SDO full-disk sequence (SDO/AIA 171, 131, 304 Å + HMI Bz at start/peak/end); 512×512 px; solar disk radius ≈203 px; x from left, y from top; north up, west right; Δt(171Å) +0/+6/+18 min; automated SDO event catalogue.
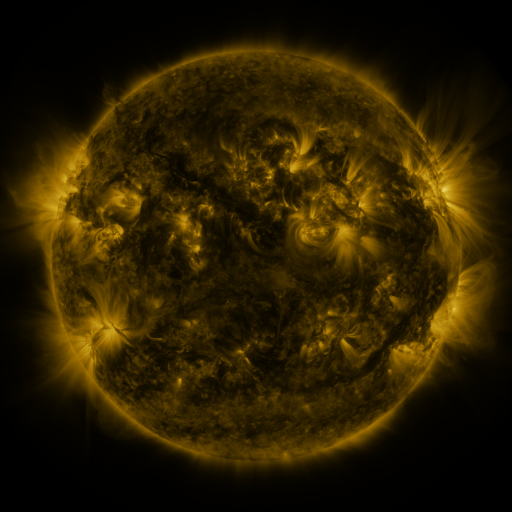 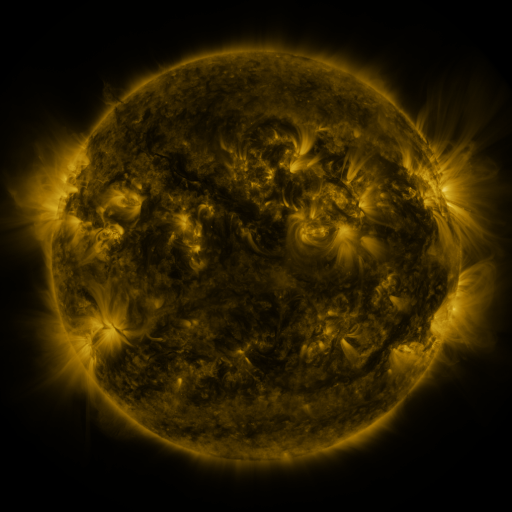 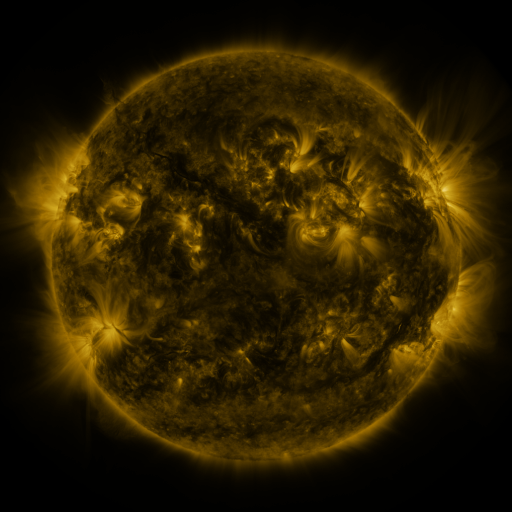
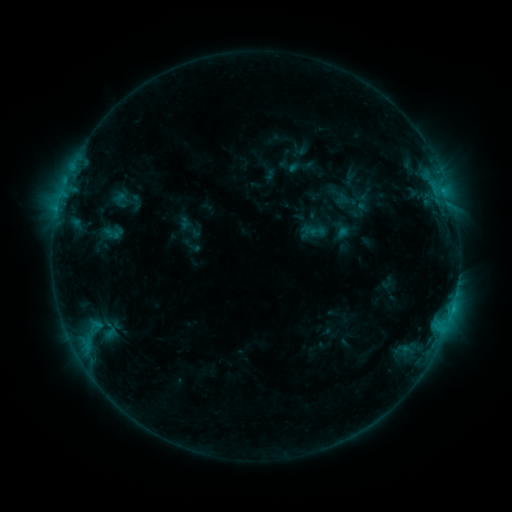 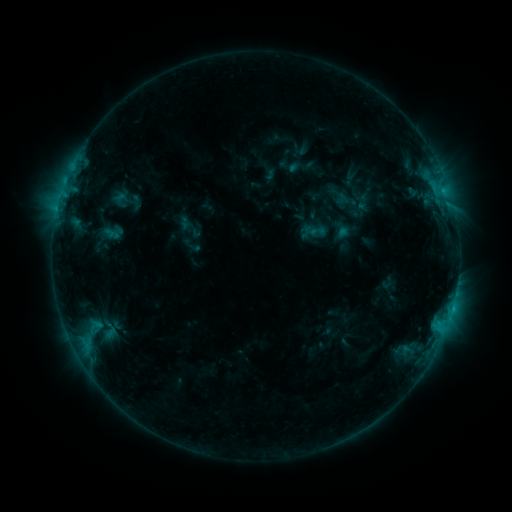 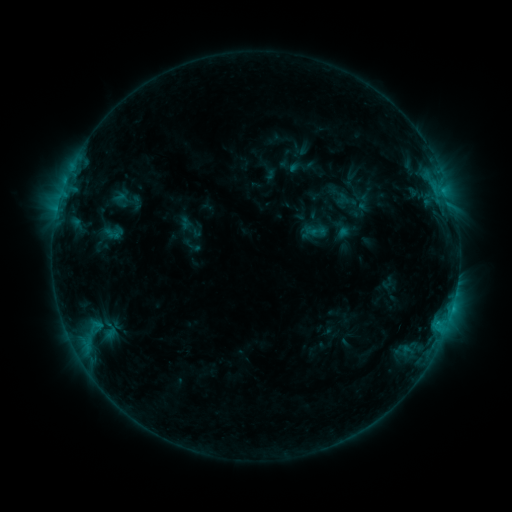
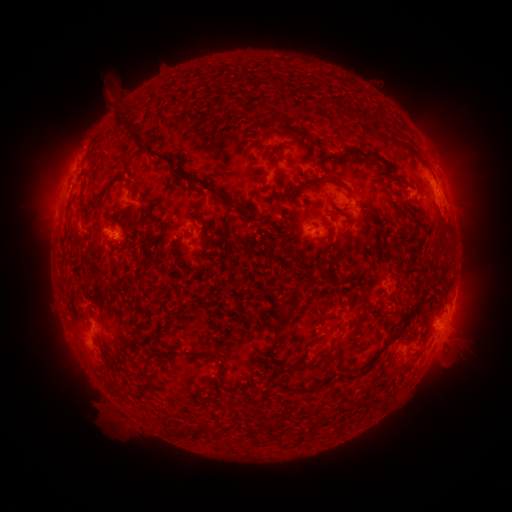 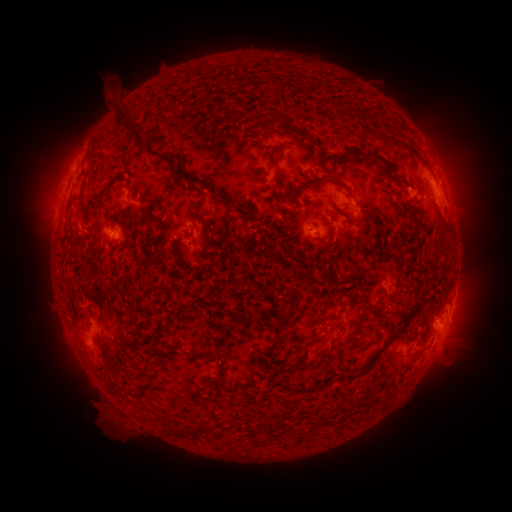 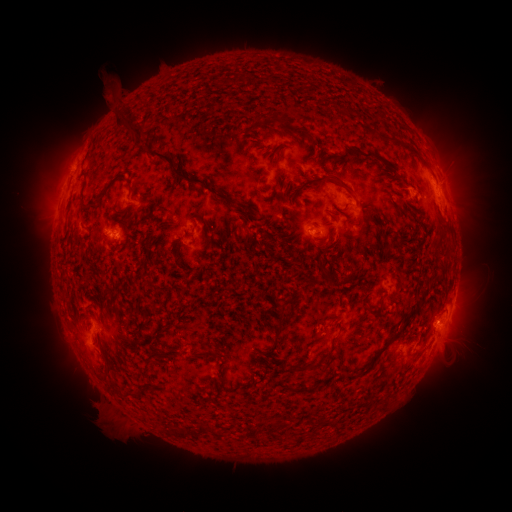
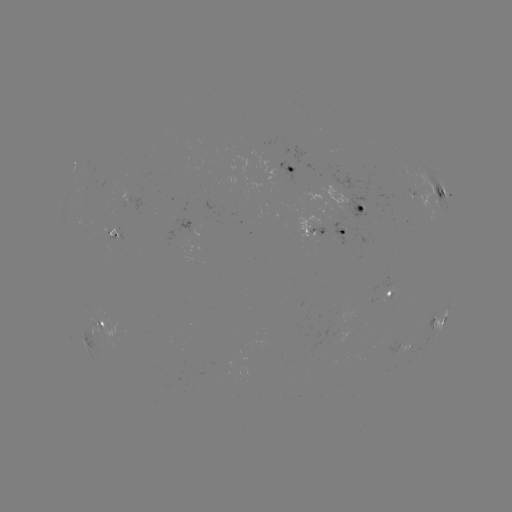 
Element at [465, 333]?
eruption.